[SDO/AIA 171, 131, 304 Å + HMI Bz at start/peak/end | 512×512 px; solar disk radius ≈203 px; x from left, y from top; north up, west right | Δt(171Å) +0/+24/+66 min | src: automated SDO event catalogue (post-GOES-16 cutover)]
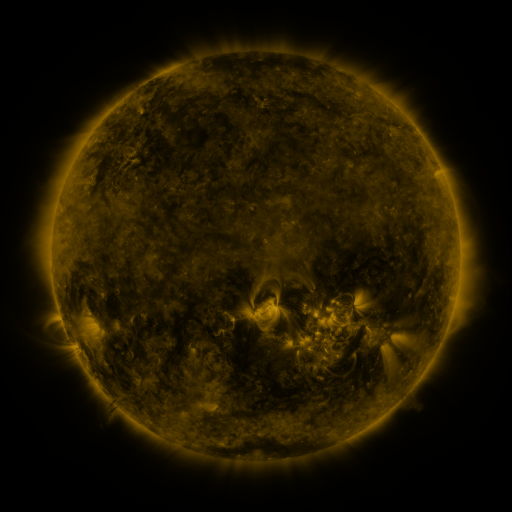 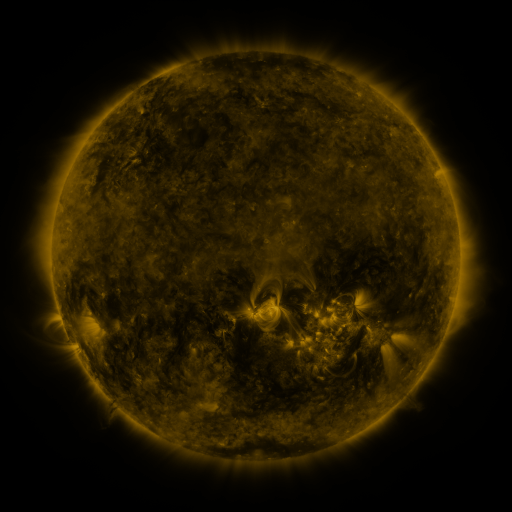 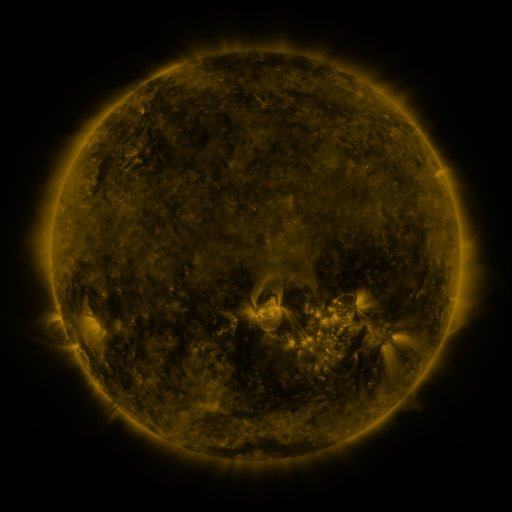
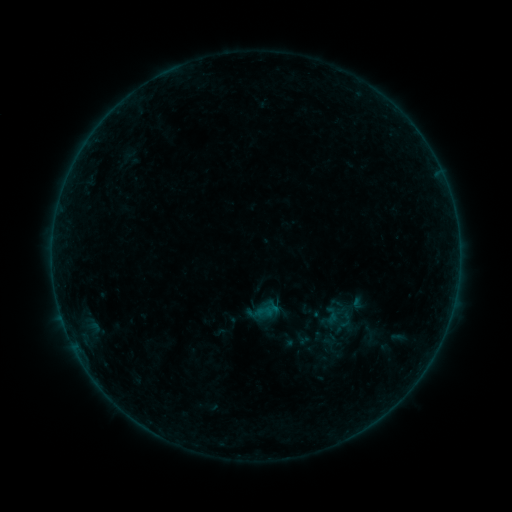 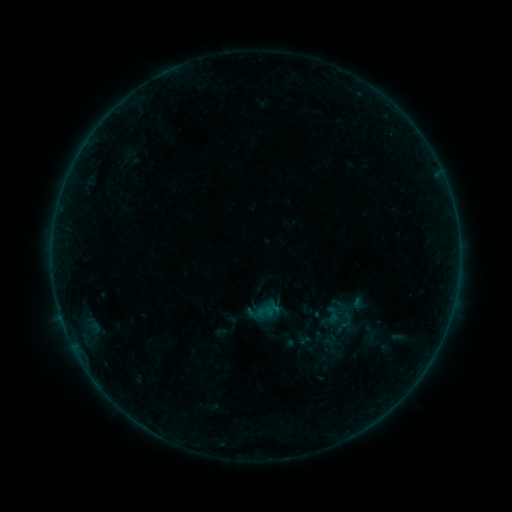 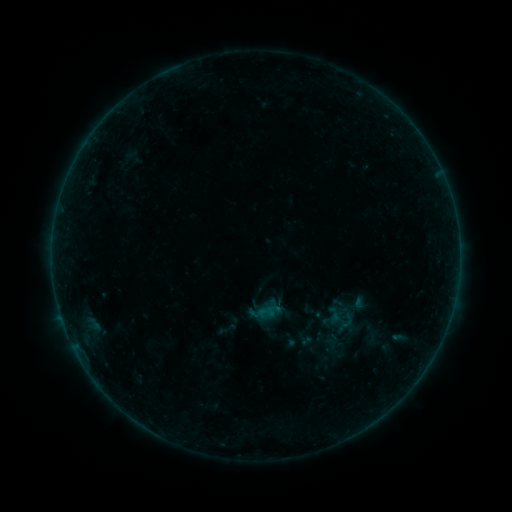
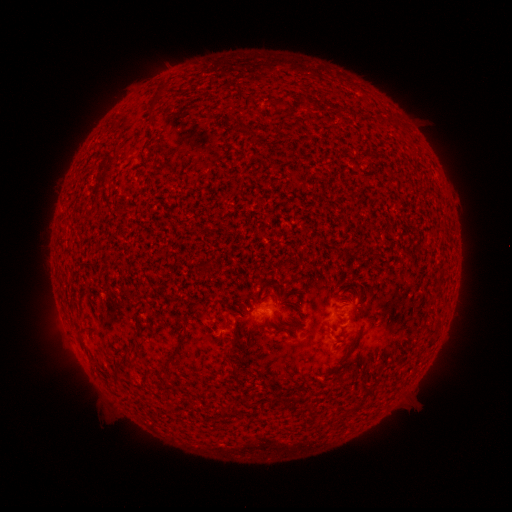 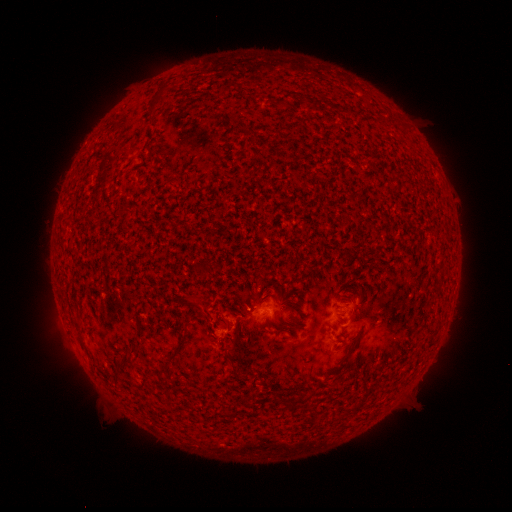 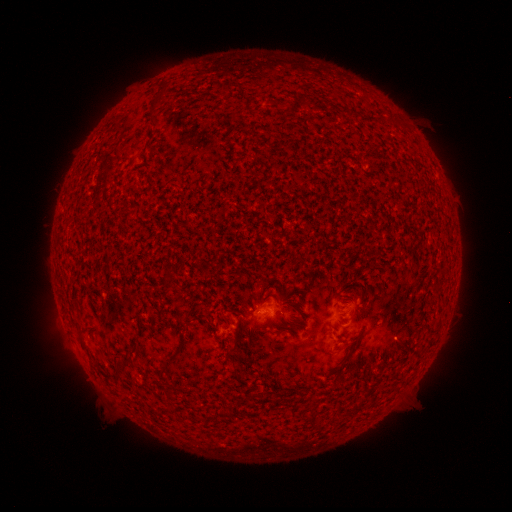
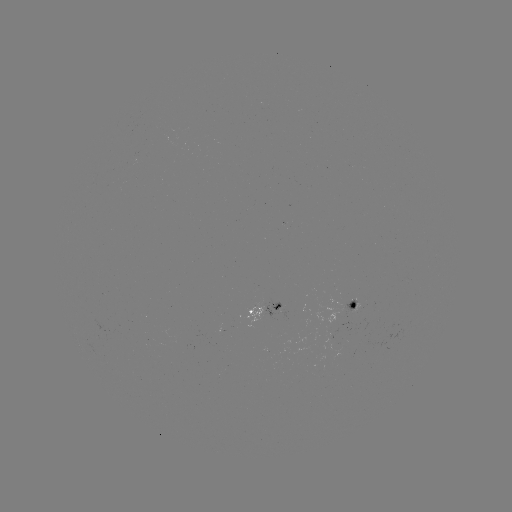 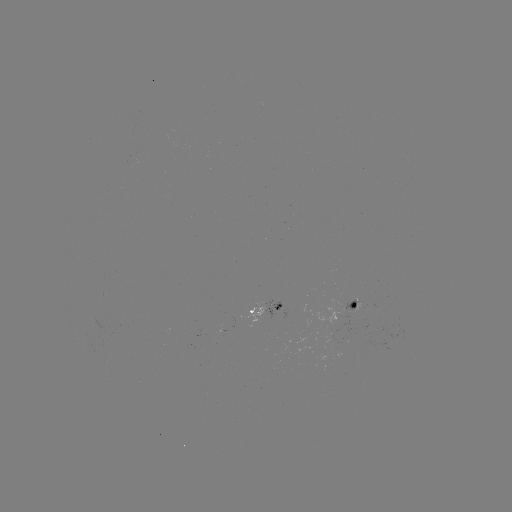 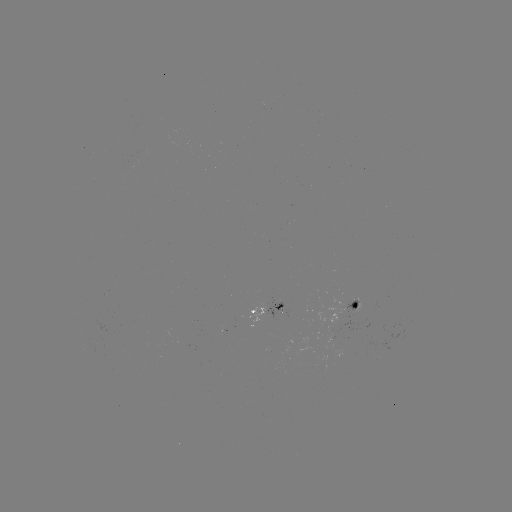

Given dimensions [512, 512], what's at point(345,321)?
A9.8 flare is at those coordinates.